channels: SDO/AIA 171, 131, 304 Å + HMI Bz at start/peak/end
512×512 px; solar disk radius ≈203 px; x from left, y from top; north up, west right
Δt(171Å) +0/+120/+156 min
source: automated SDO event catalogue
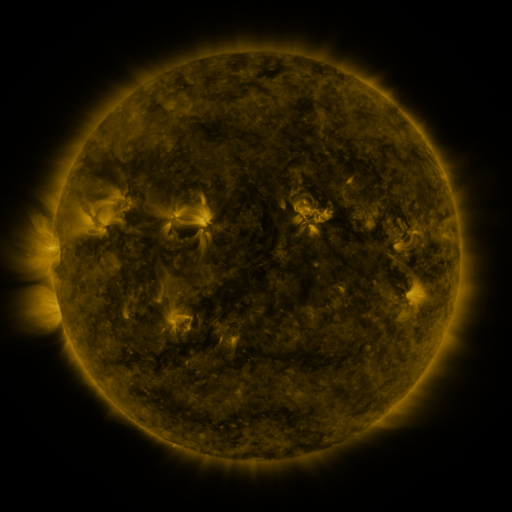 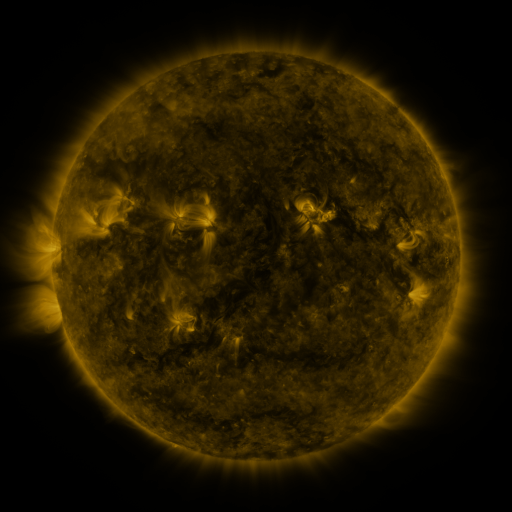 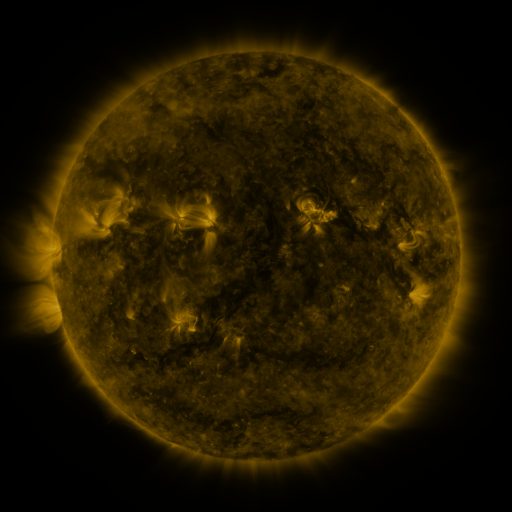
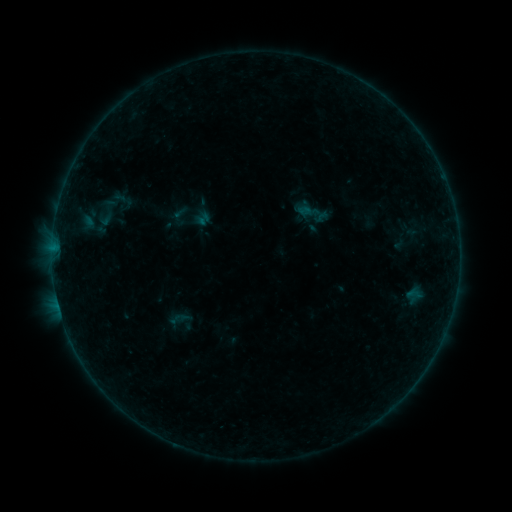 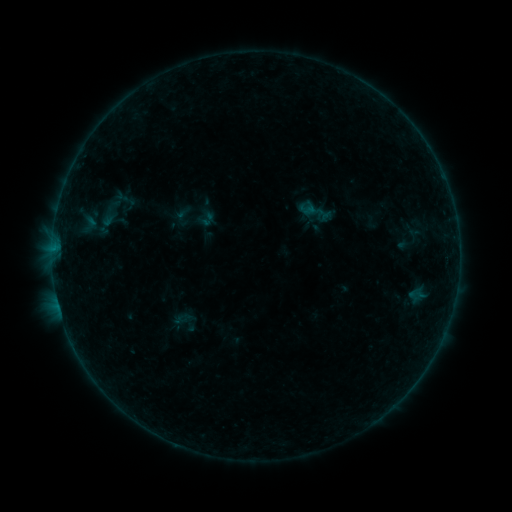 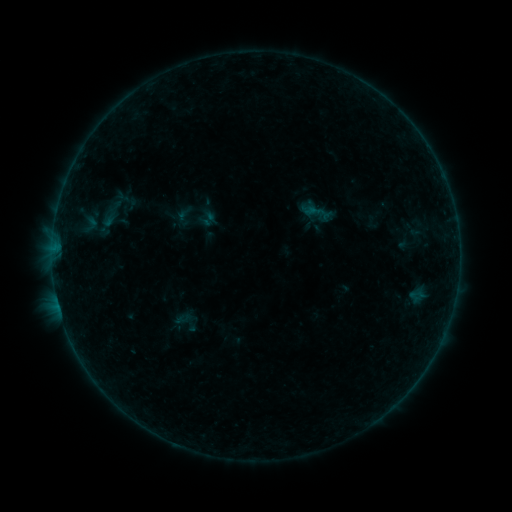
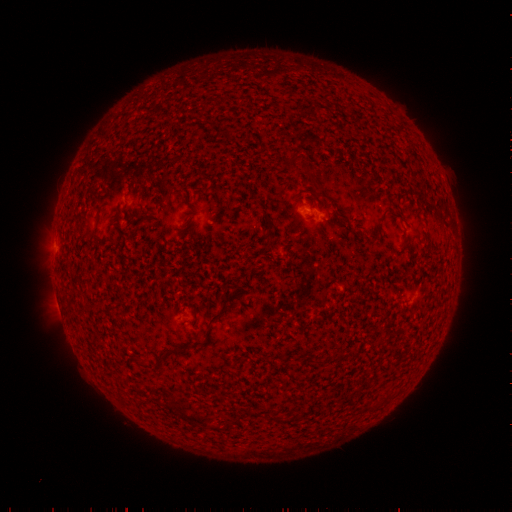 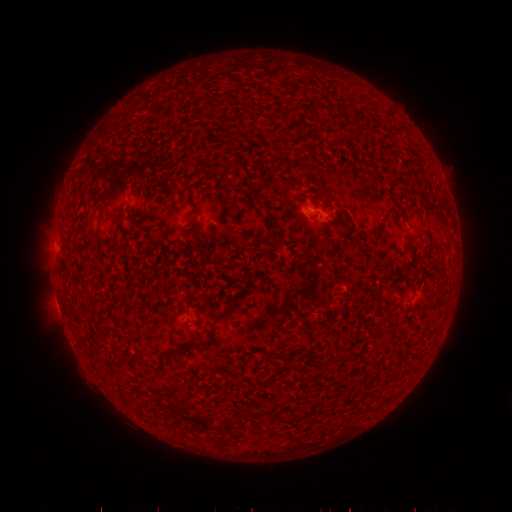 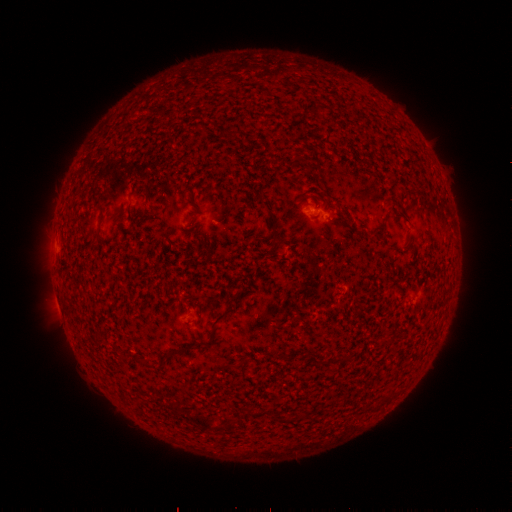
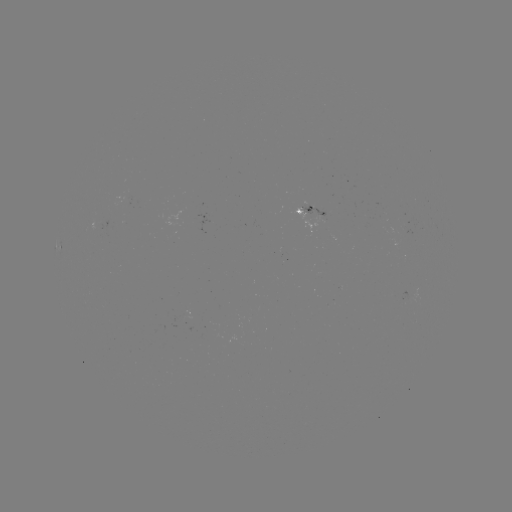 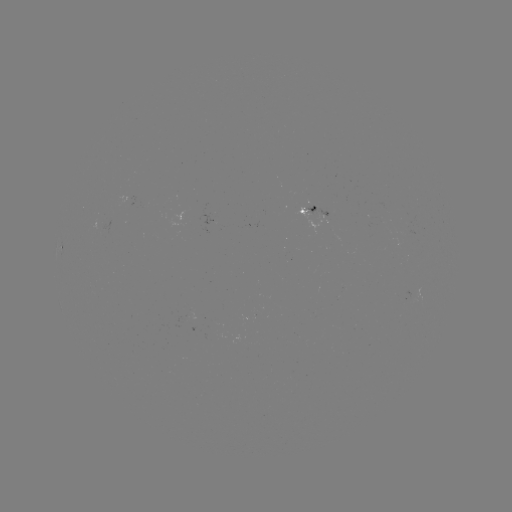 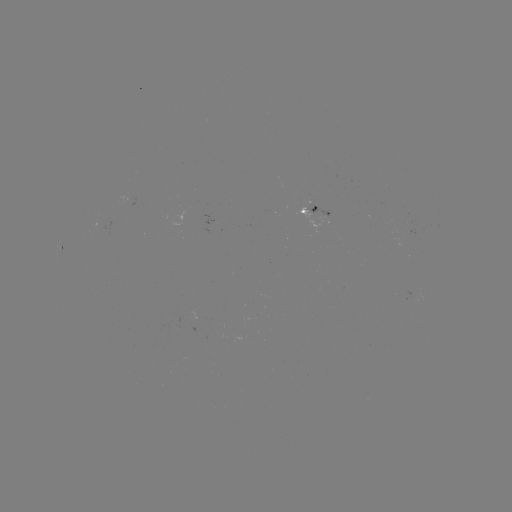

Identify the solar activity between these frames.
emerging-flux region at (316, 208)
